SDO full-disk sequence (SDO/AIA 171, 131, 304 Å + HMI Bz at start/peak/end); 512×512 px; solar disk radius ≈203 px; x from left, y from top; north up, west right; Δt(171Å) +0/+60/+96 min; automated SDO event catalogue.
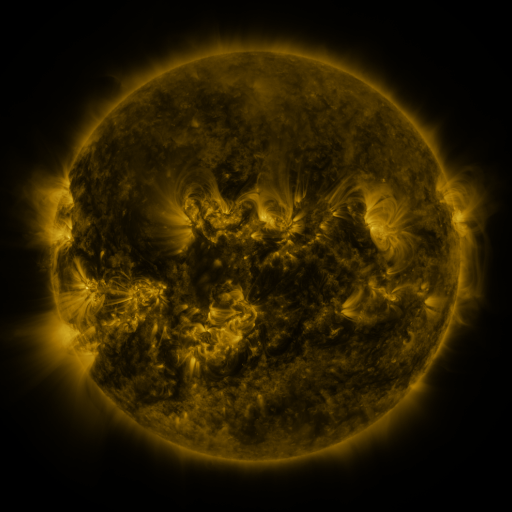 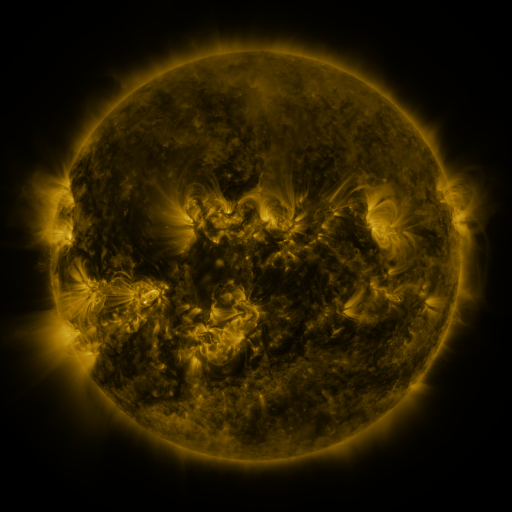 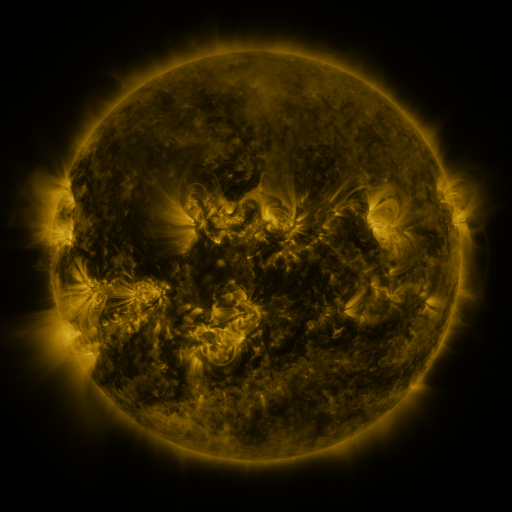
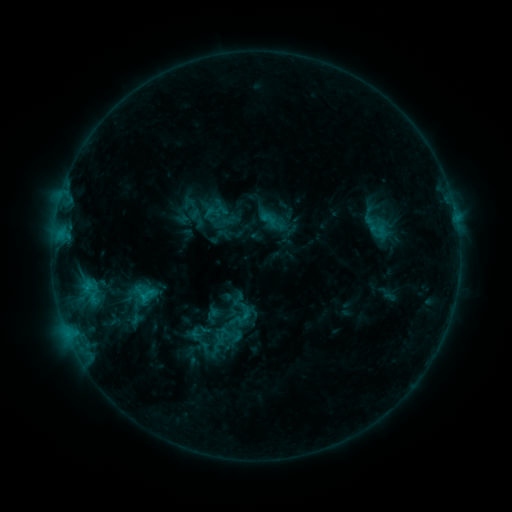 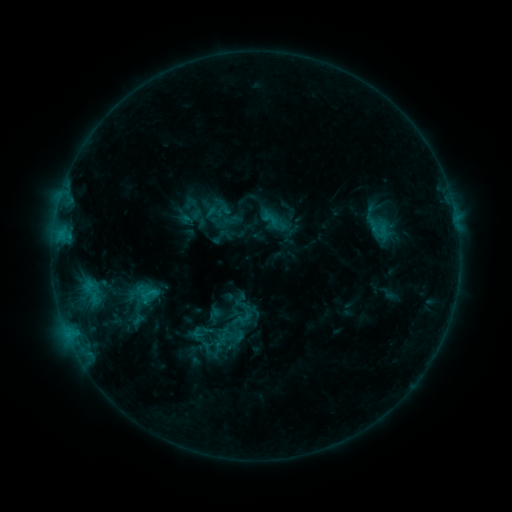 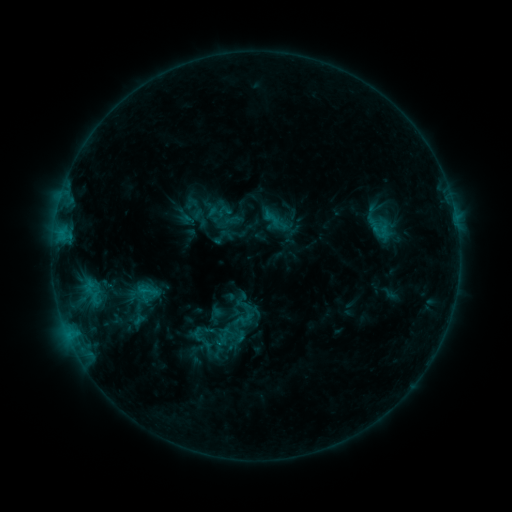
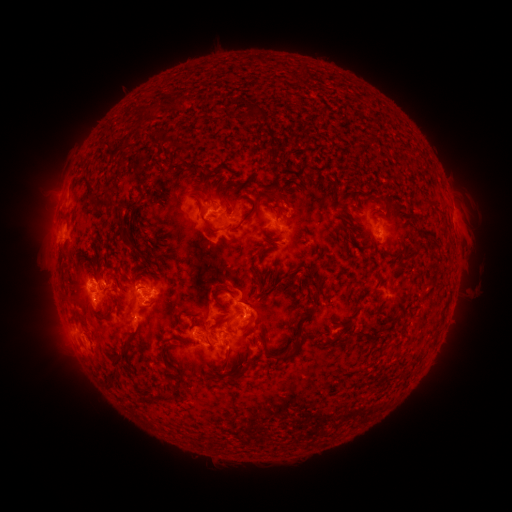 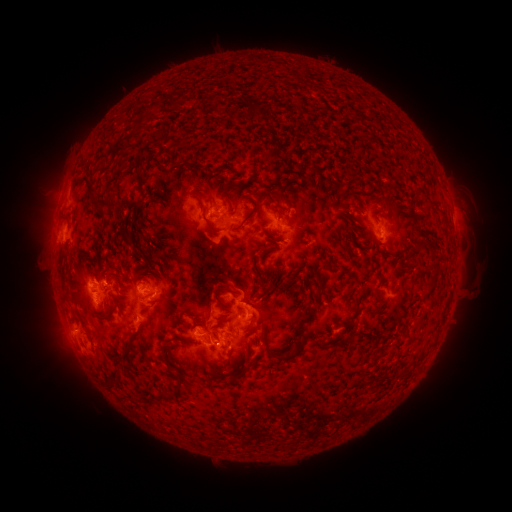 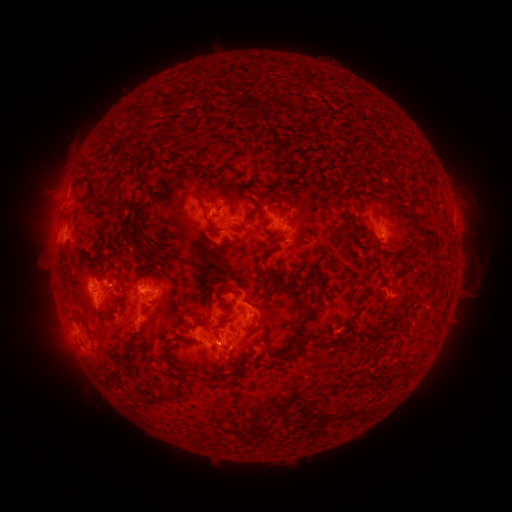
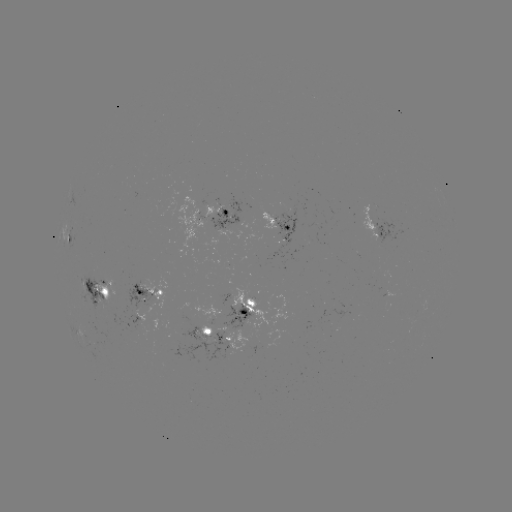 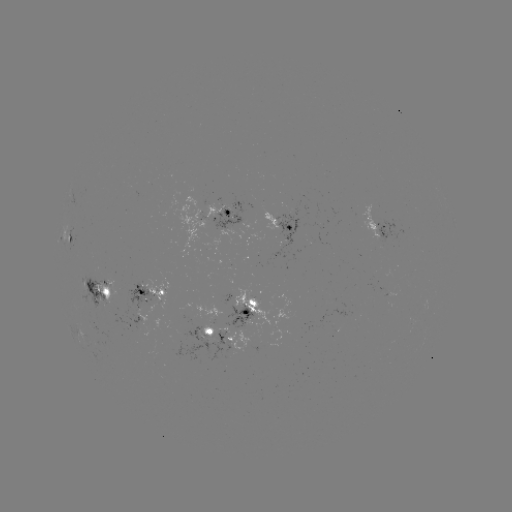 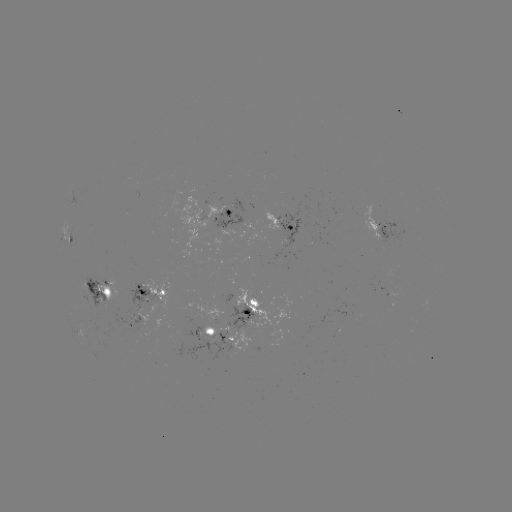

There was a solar emerging-flux region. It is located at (286, 216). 